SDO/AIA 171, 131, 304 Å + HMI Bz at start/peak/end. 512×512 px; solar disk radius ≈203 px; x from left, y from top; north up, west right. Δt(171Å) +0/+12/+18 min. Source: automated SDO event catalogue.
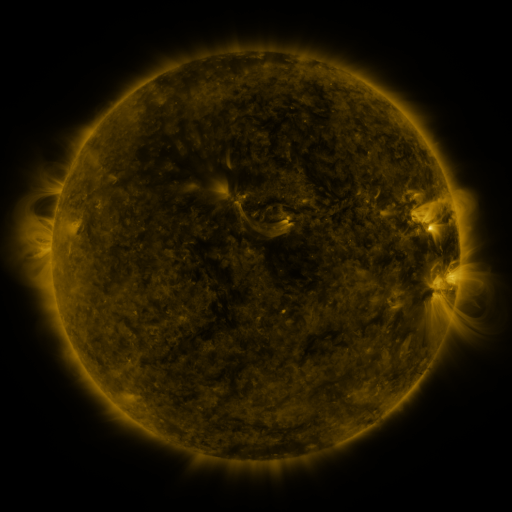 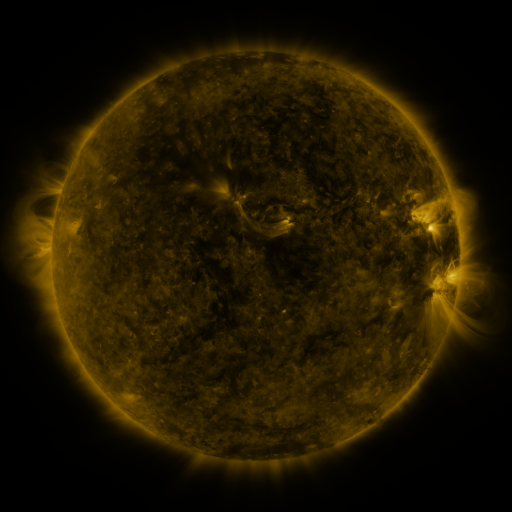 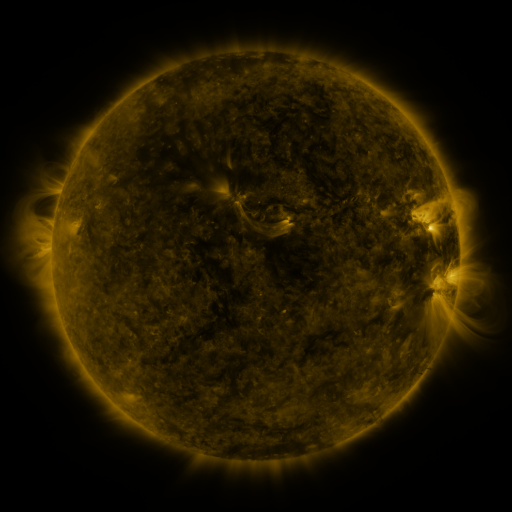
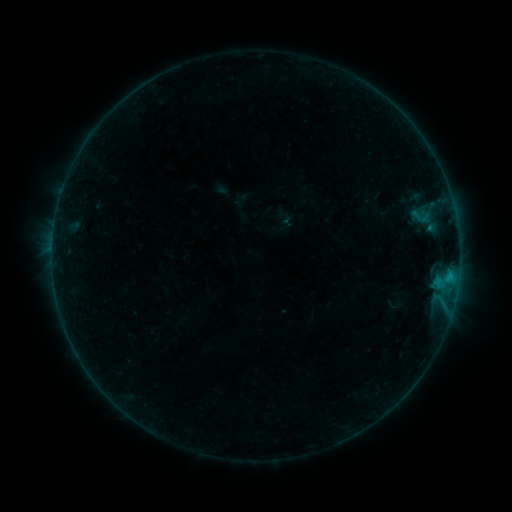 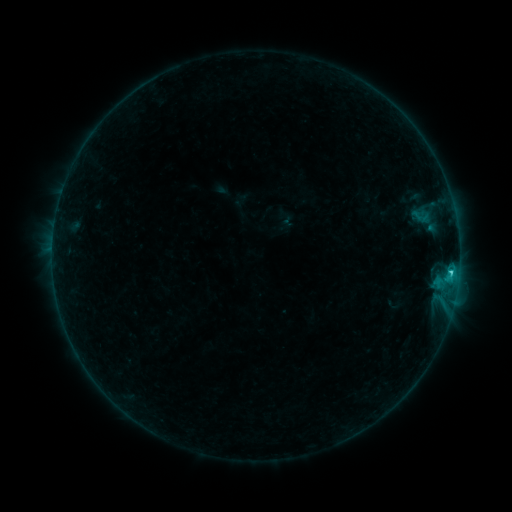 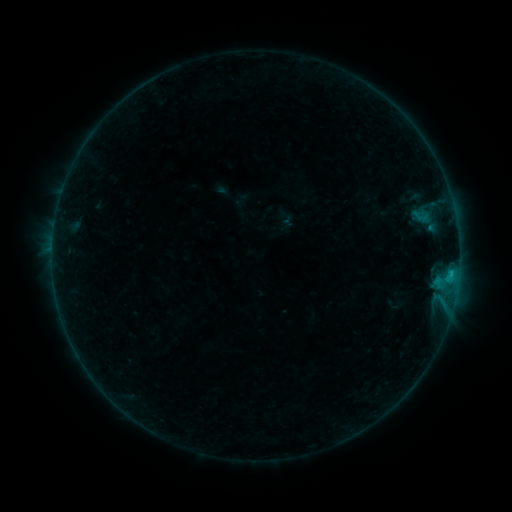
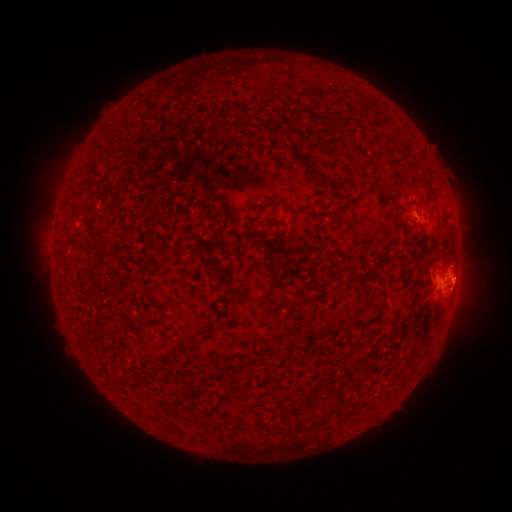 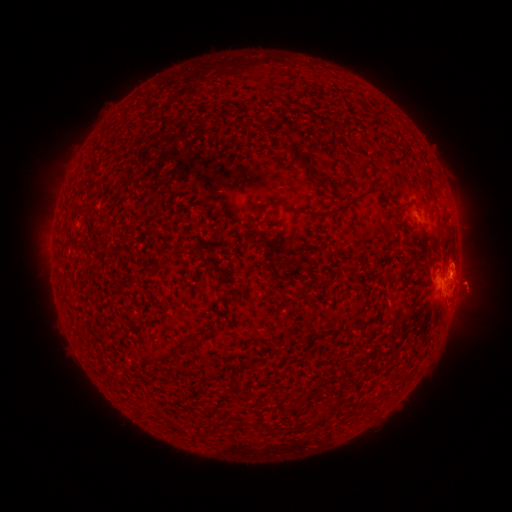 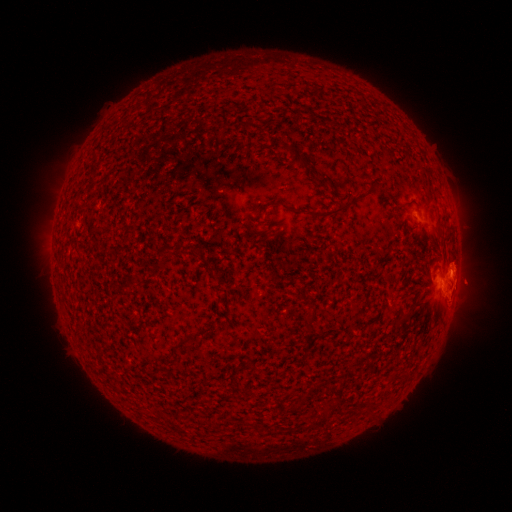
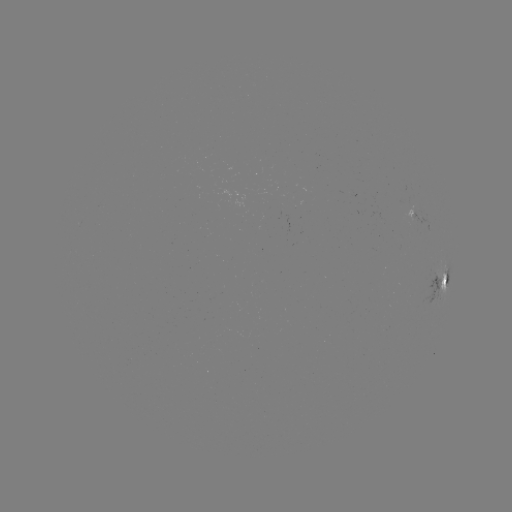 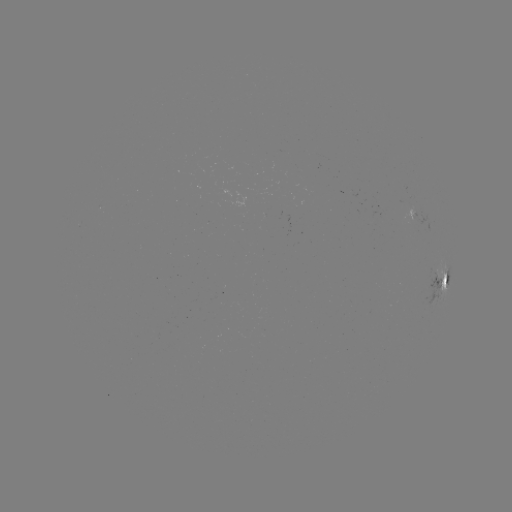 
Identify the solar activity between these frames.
C1.2 flare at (450, 271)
